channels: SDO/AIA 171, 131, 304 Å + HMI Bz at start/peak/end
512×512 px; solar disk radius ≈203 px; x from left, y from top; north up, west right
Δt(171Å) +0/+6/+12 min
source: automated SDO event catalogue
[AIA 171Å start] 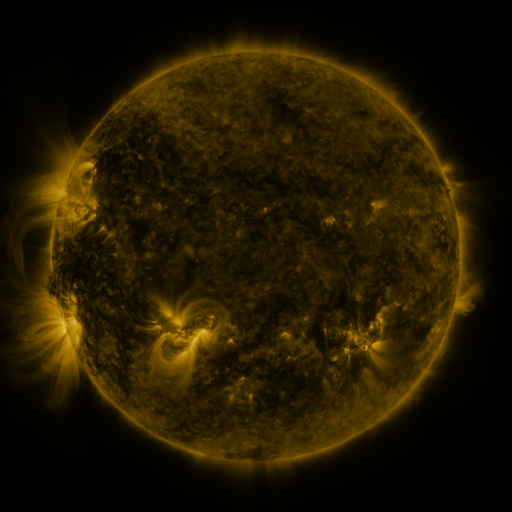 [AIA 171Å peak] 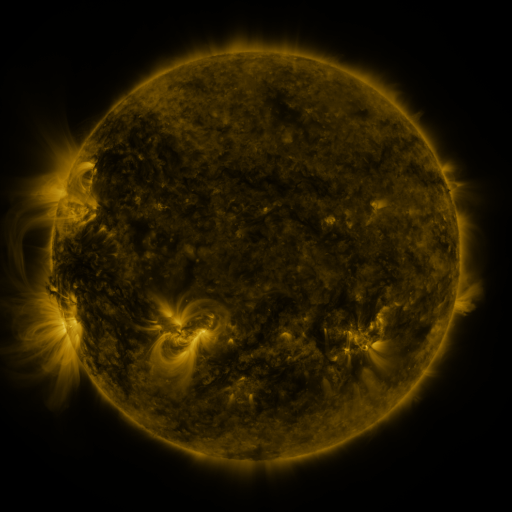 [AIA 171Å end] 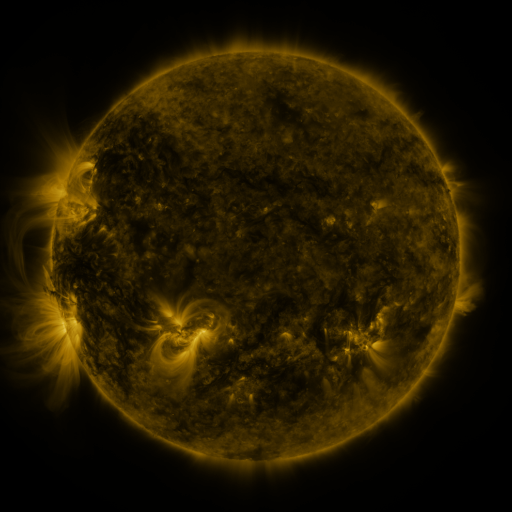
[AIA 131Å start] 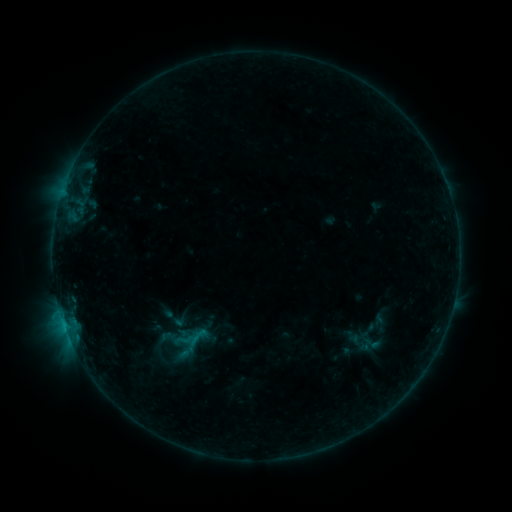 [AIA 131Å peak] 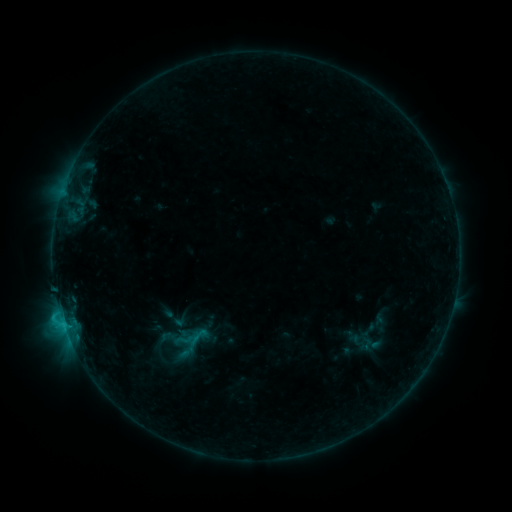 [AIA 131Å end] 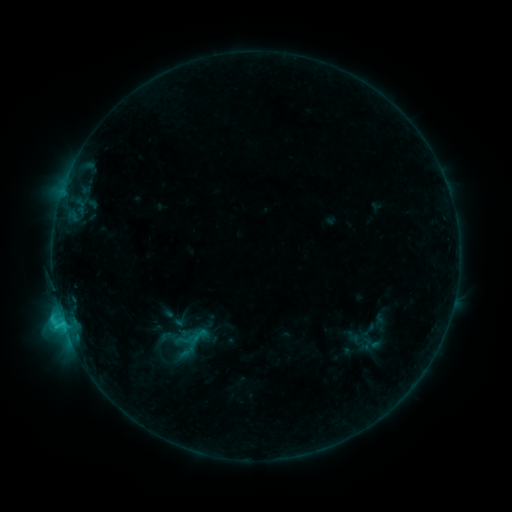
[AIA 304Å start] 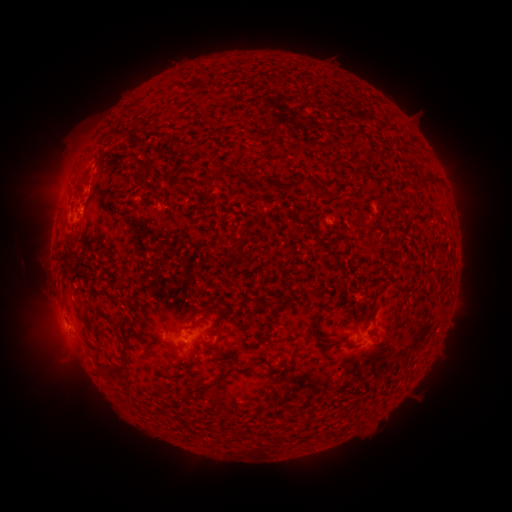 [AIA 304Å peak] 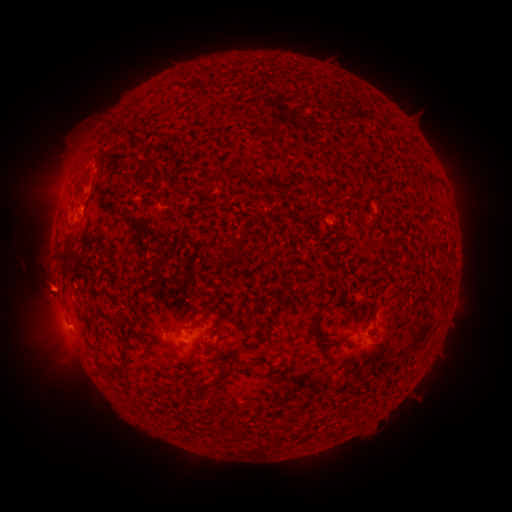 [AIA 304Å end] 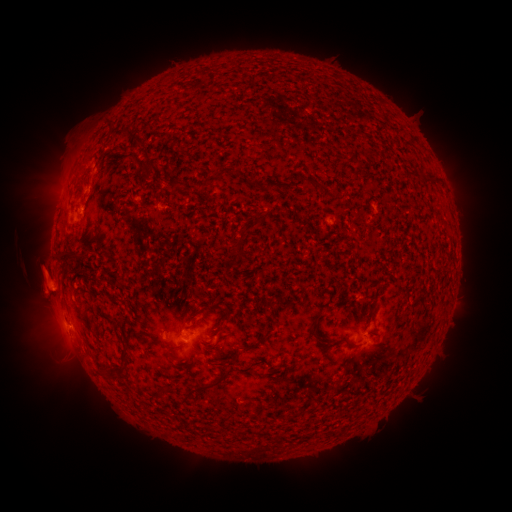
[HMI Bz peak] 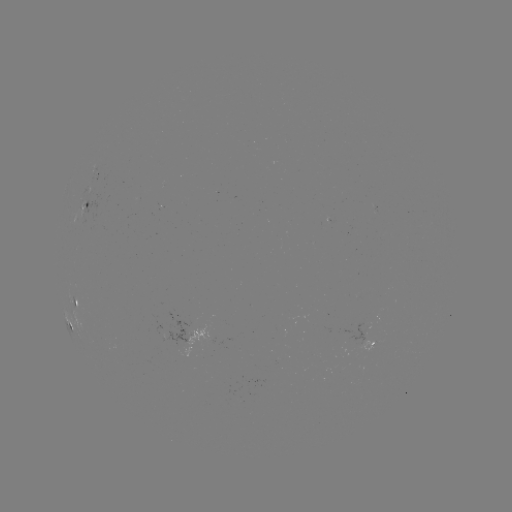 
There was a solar eruption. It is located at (45, 287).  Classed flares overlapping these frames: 1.